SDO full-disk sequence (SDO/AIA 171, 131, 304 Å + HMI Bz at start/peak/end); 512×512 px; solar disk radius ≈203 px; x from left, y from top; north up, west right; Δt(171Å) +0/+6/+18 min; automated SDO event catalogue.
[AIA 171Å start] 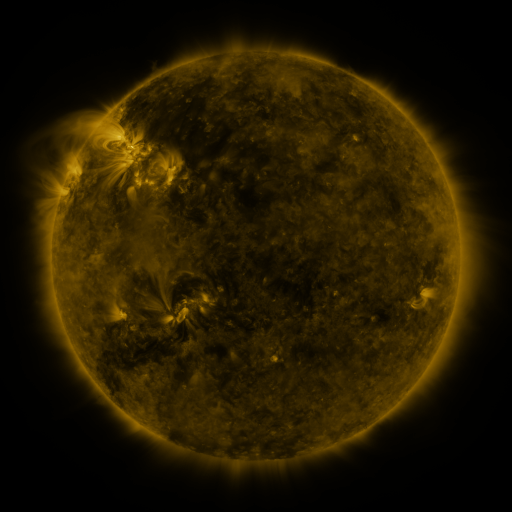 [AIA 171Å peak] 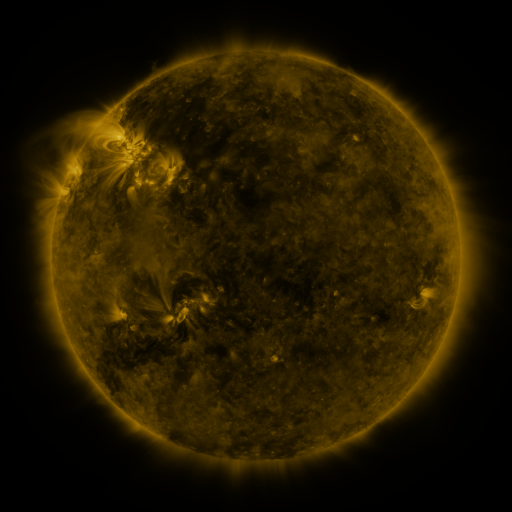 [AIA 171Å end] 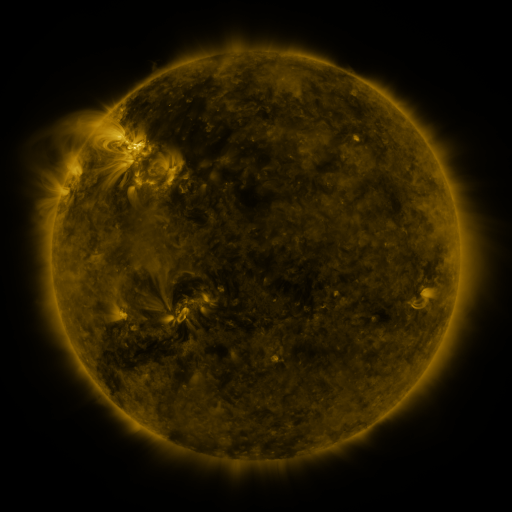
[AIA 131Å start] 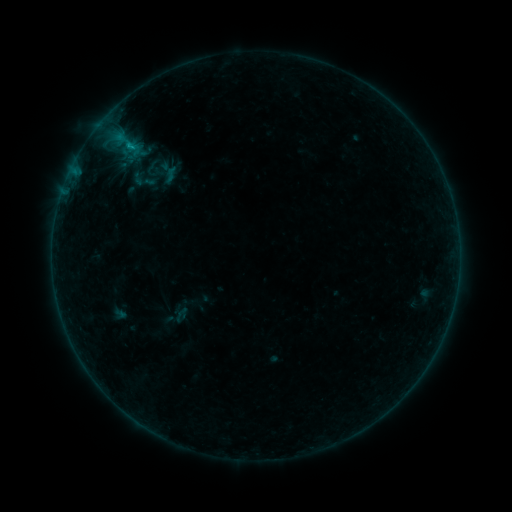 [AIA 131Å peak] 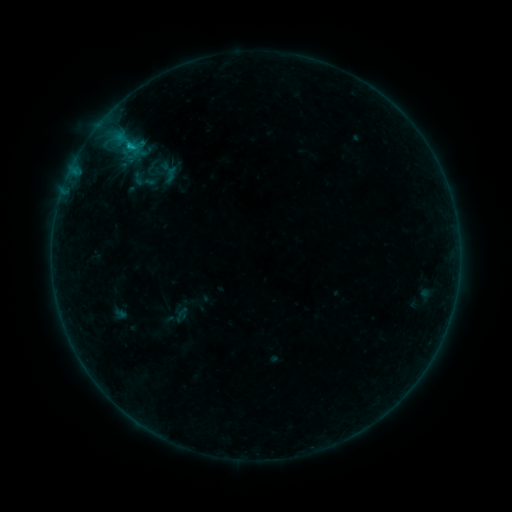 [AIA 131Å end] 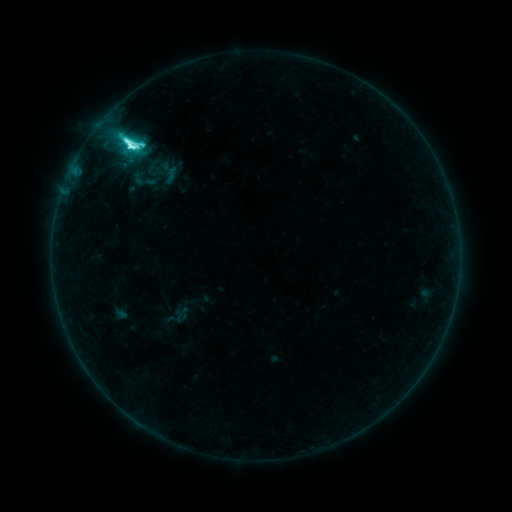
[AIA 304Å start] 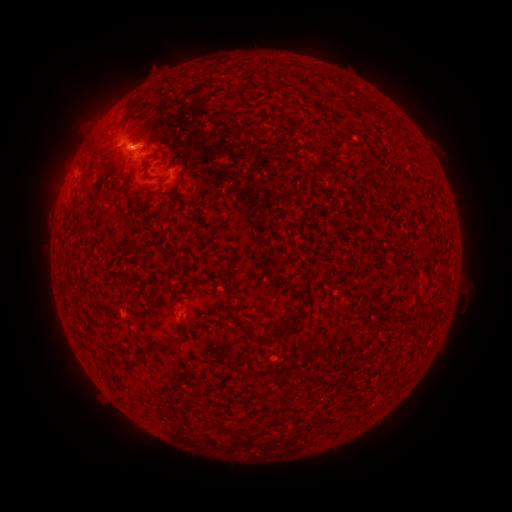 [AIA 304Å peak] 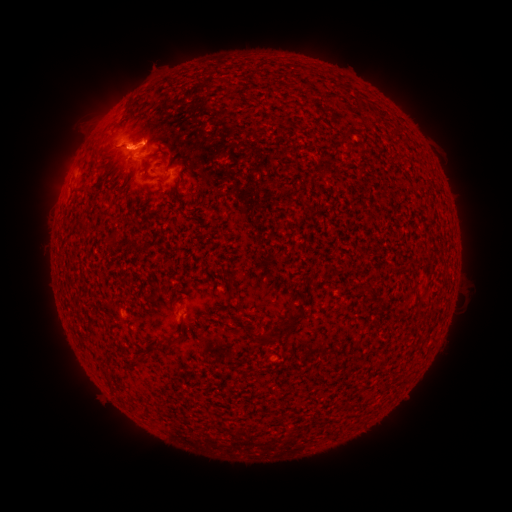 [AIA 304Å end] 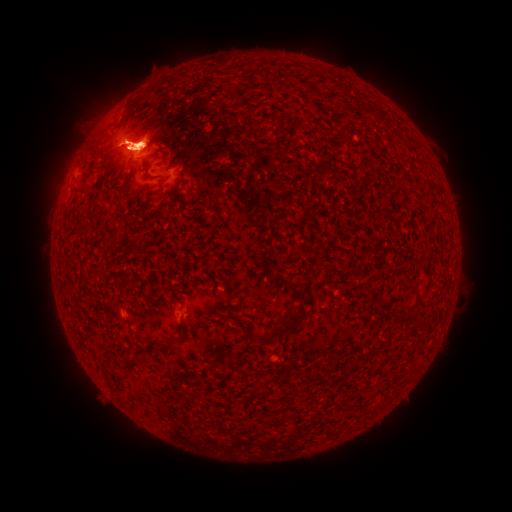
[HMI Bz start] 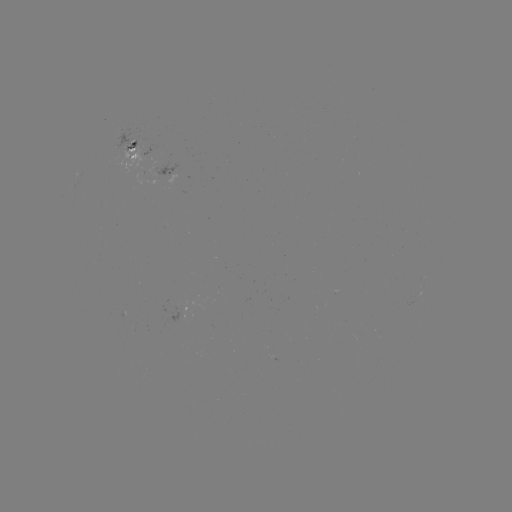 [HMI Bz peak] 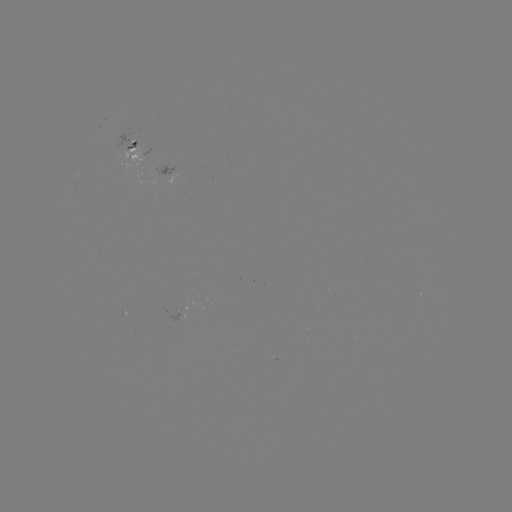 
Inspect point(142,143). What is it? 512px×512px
M1.1 flare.